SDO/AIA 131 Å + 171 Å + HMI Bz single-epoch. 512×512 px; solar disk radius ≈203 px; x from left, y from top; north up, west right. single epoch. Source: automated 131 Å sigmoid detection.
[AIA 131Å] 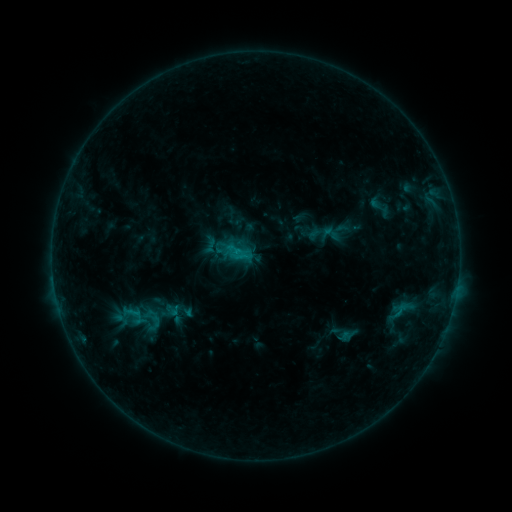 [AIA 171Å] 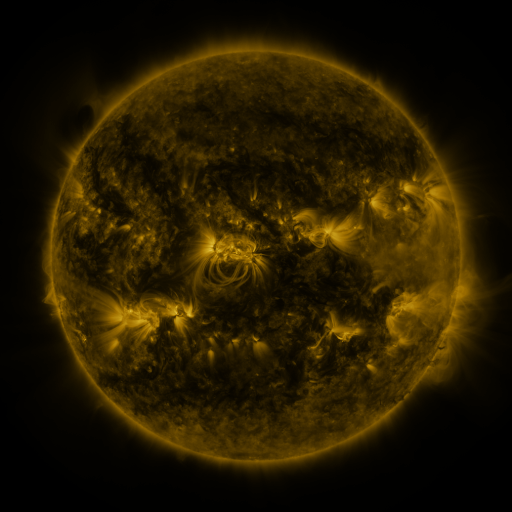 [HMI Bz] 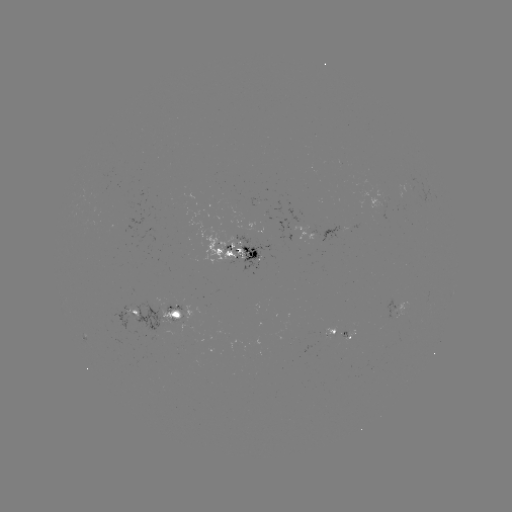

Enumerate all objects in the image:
sigmoid: [317, 223, 343, 245]
sigmoid: [200, 234, 221, 256]
sigmoid: [116, 299, 148, 328]
